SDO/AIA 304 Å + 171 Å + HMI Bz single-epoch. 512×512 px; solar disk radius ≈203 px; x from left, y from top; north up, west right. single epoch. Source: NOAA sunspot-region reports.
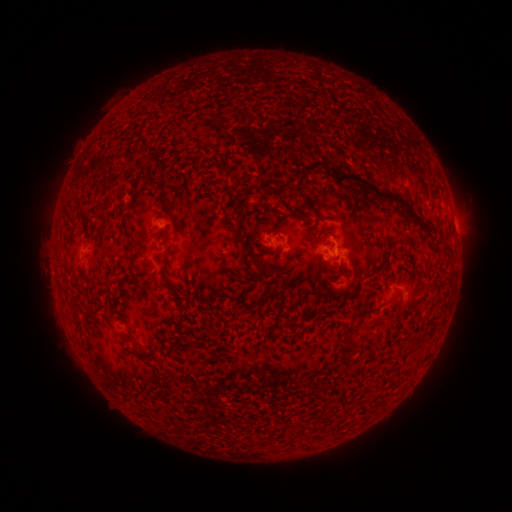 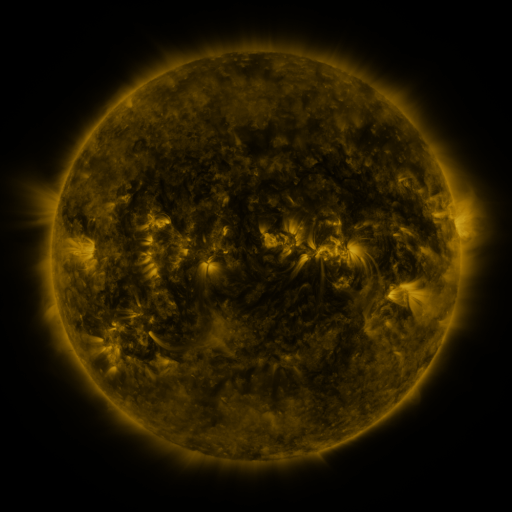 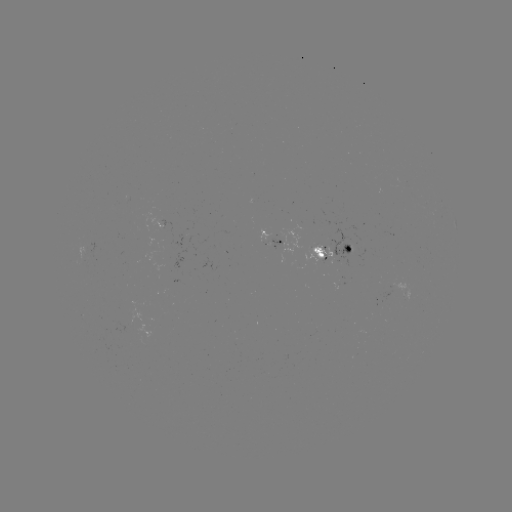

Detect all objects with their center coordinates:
spotted active region: (457, 231)
spotted active region: (276, 238)
spotted active region: (341, 250)
